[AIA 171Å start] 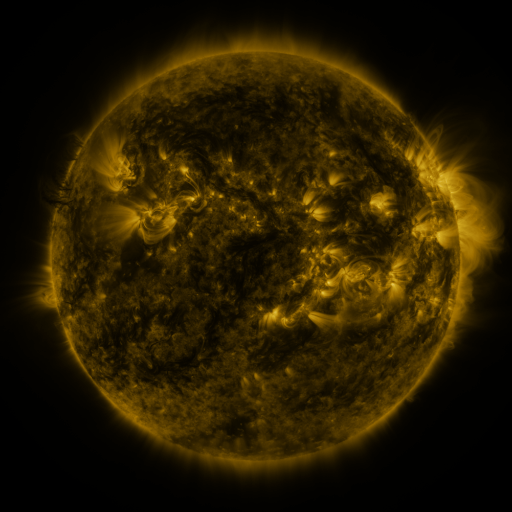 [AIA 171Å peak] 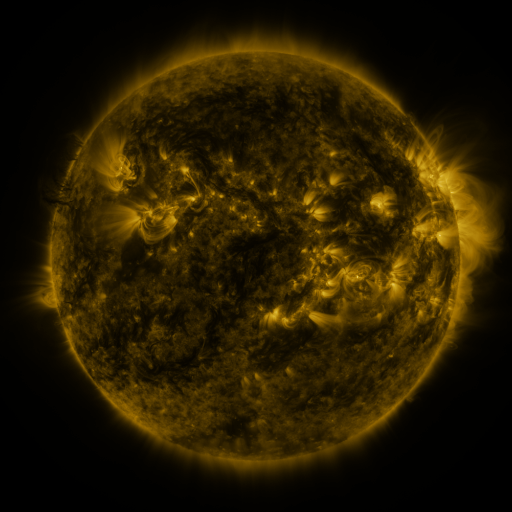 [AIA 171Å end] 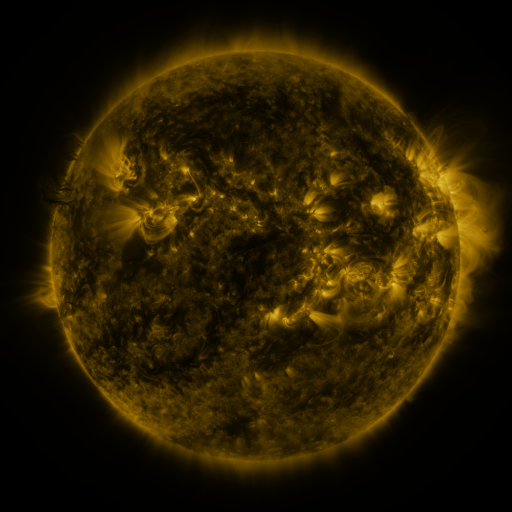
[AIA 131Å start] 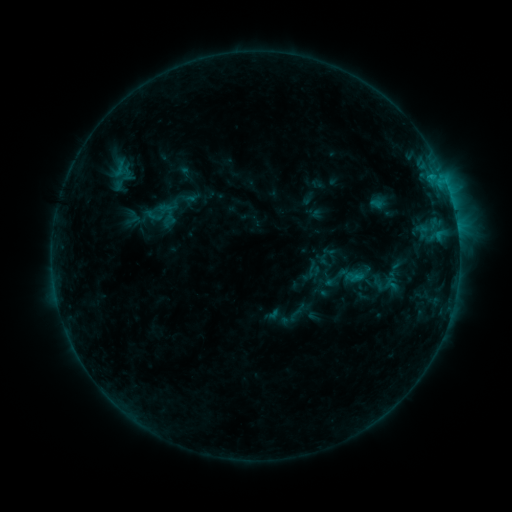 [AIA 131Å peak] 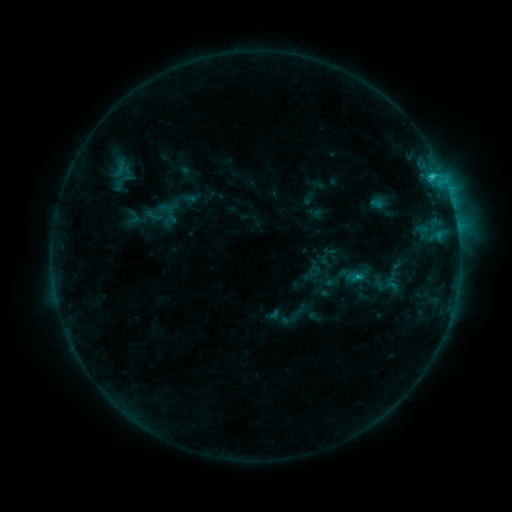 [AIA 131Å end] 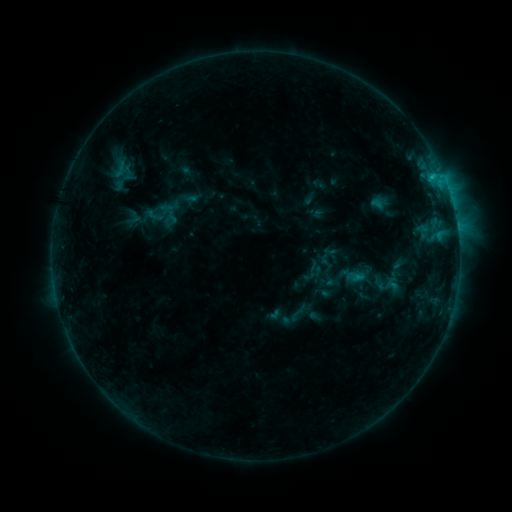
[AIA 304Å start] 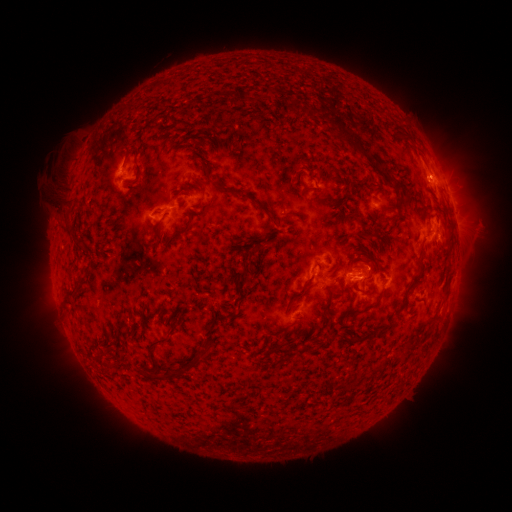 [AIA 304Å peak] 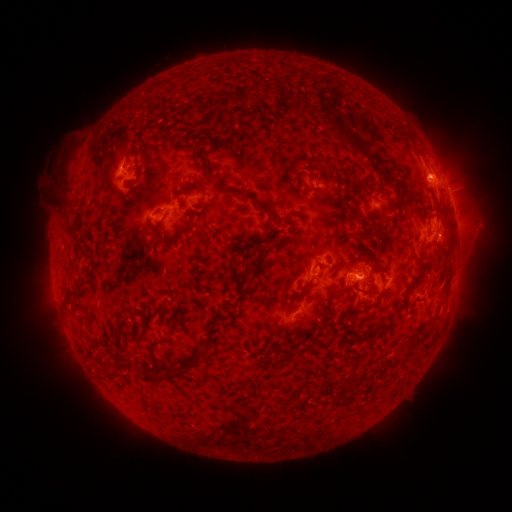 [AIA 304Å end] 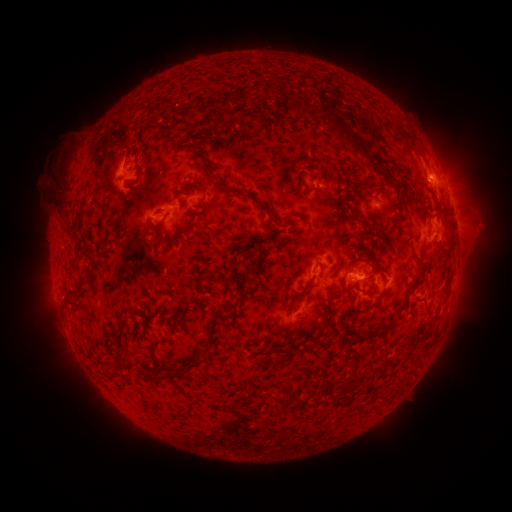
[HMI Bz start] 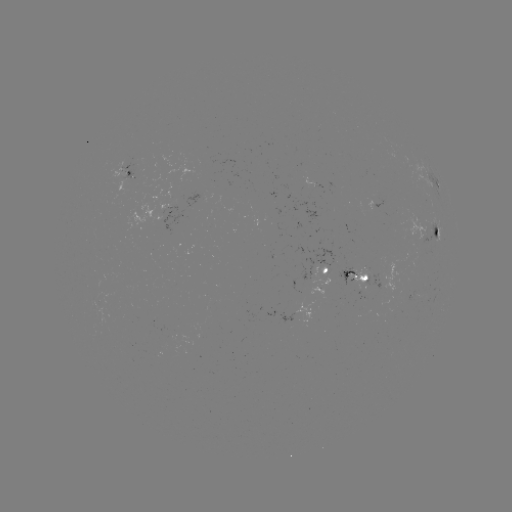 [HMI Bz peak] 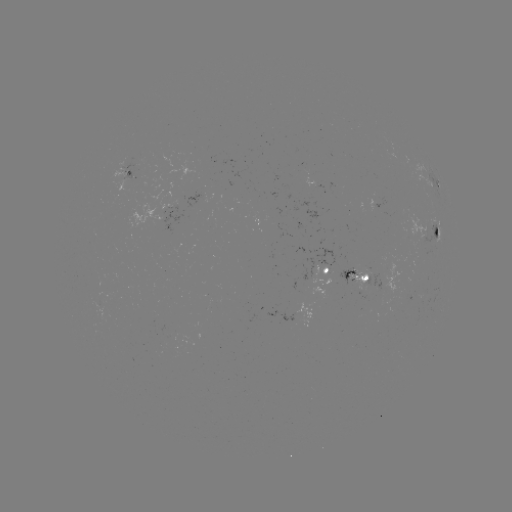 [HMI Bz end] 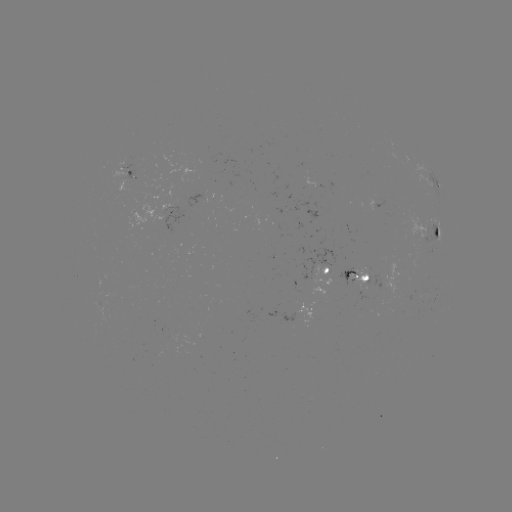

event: flare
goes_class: C1.7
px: (432, 177)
